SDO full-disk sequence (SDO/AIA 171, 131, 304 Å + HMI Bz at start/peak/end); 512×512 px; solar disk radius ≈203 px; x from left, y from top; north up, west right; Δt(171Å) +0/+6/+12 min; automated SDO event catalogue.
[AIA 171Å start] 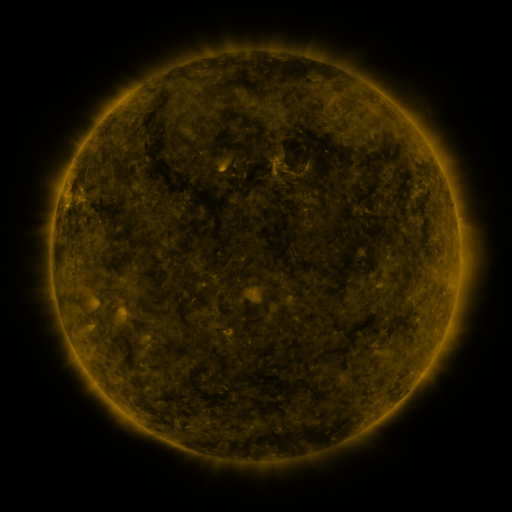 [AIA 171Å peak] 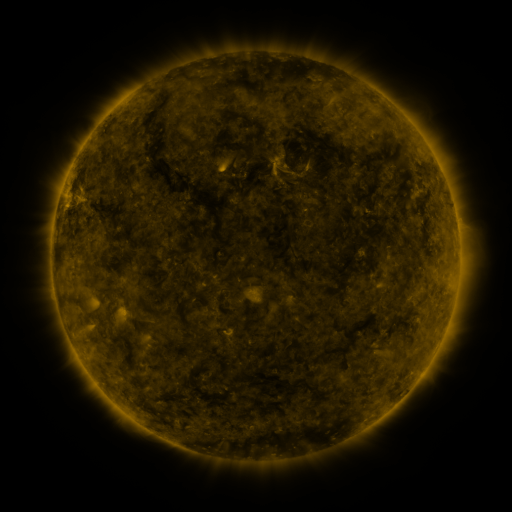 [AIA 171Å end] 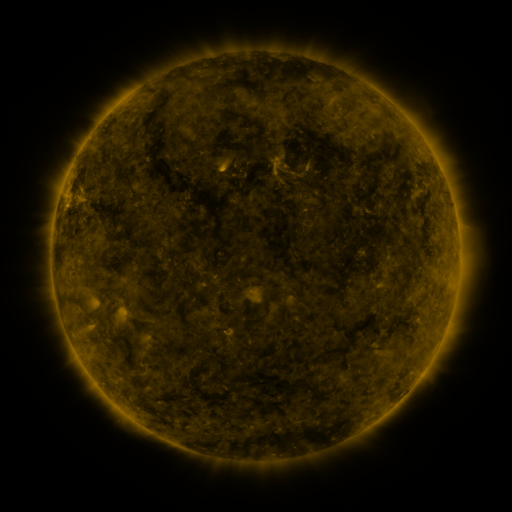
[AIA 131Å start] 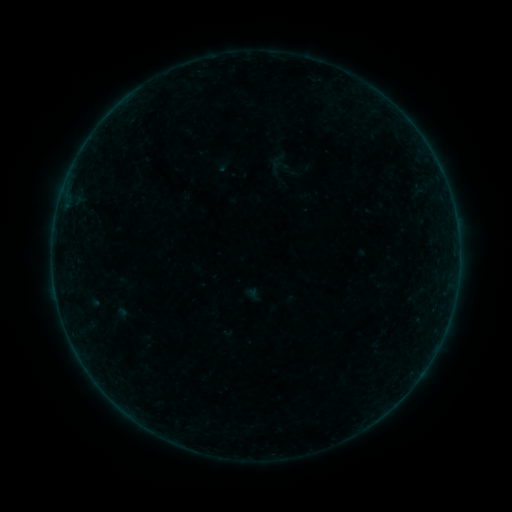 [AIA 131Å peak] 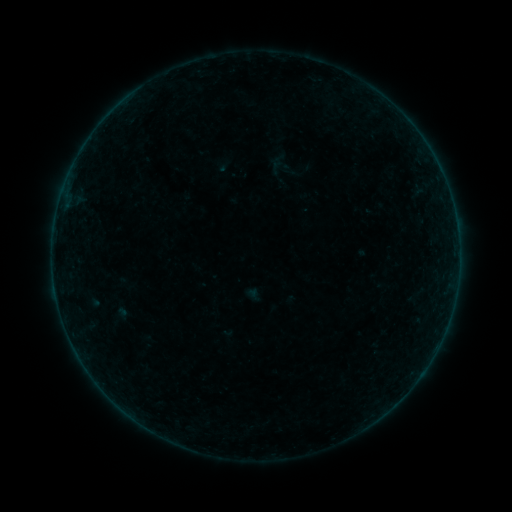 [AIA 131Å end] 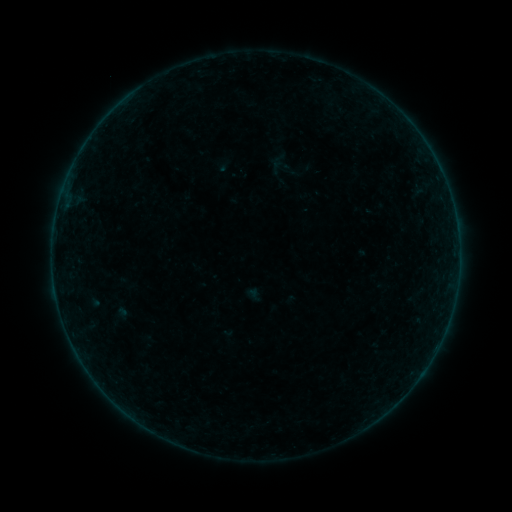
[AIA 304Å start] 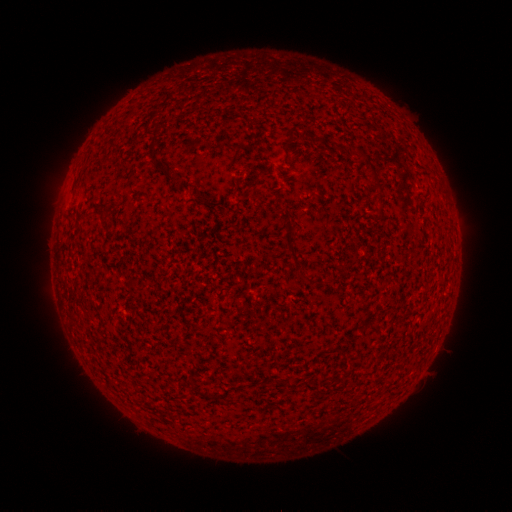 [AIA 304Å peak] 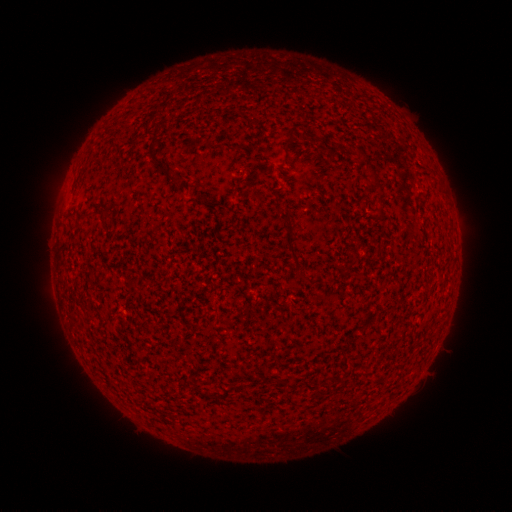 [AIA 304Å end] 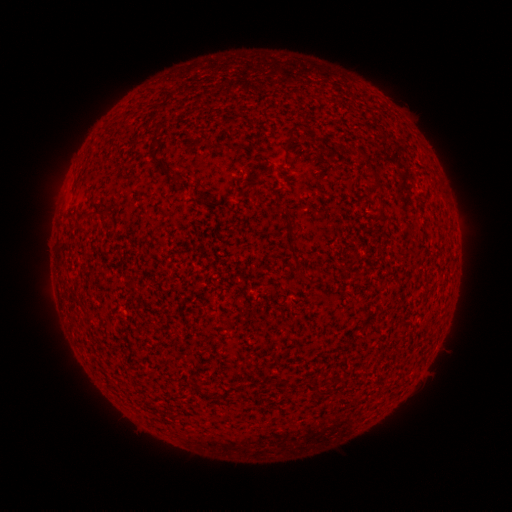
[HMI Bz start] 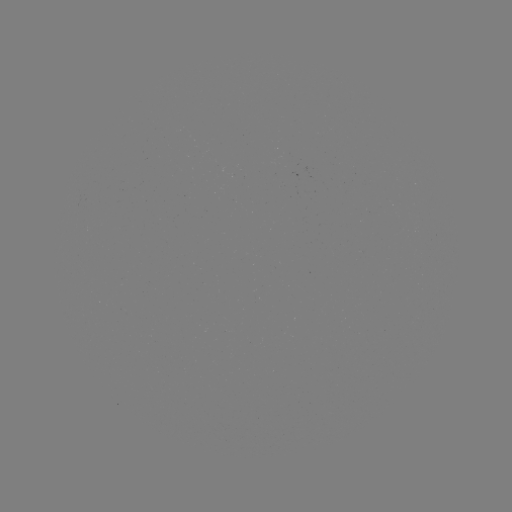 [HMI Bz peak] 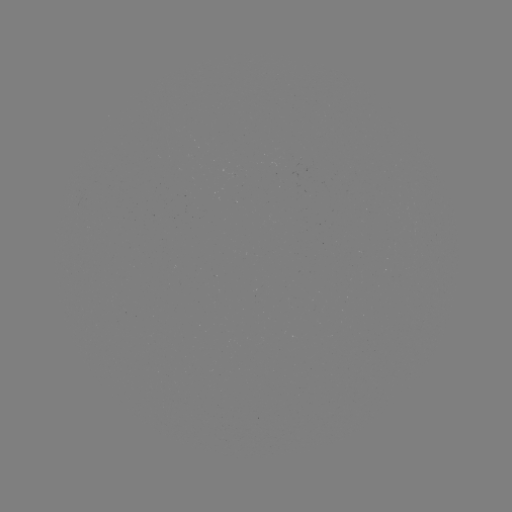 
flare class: B2.3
